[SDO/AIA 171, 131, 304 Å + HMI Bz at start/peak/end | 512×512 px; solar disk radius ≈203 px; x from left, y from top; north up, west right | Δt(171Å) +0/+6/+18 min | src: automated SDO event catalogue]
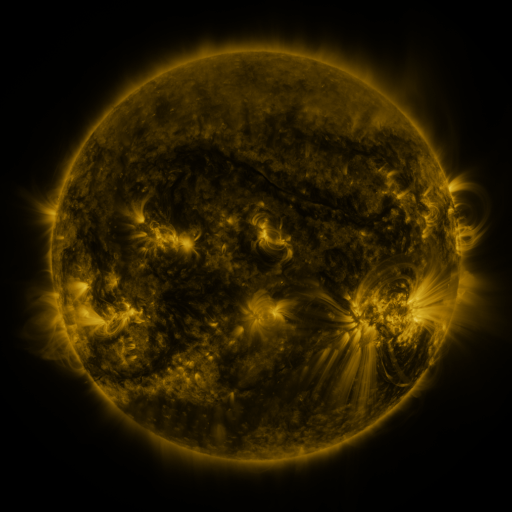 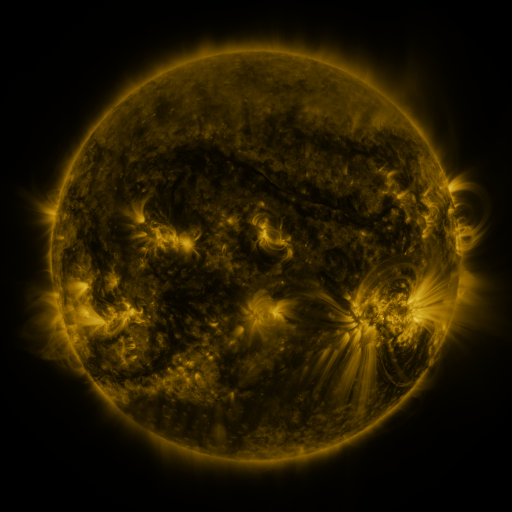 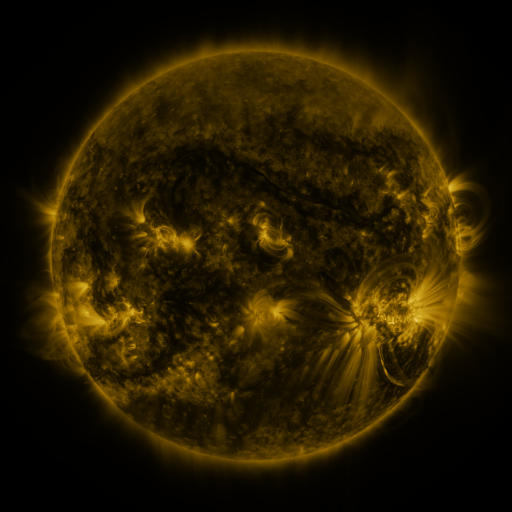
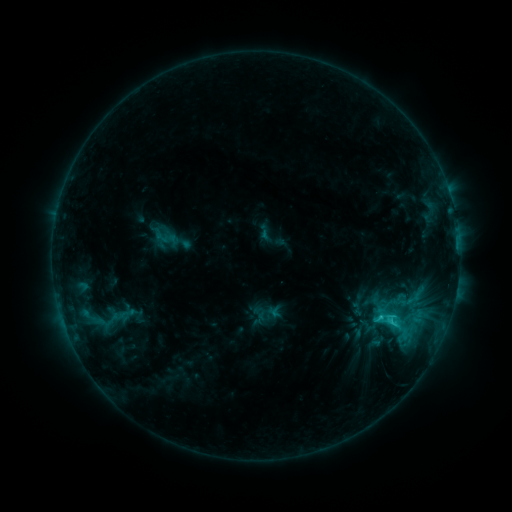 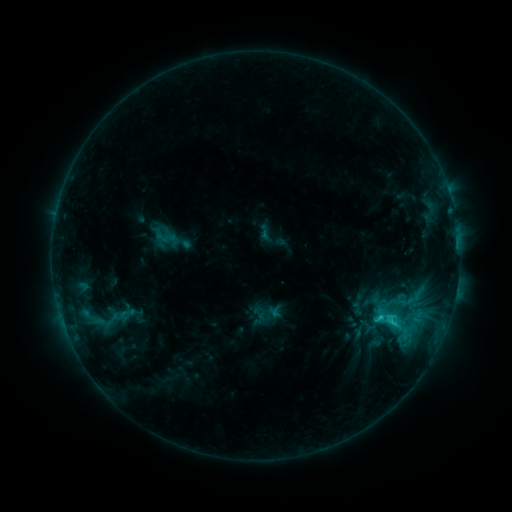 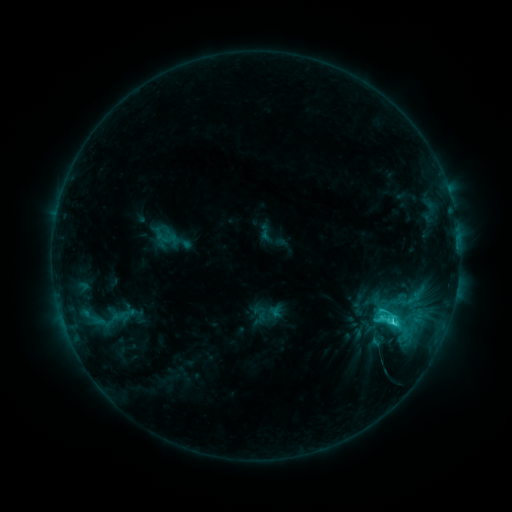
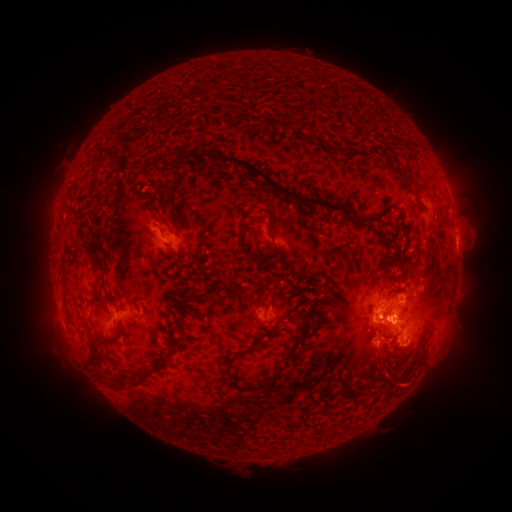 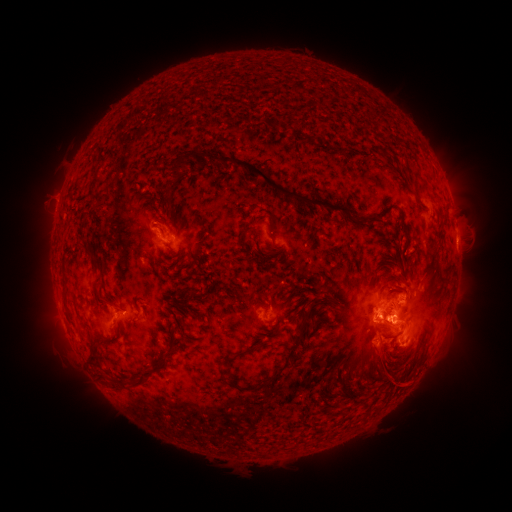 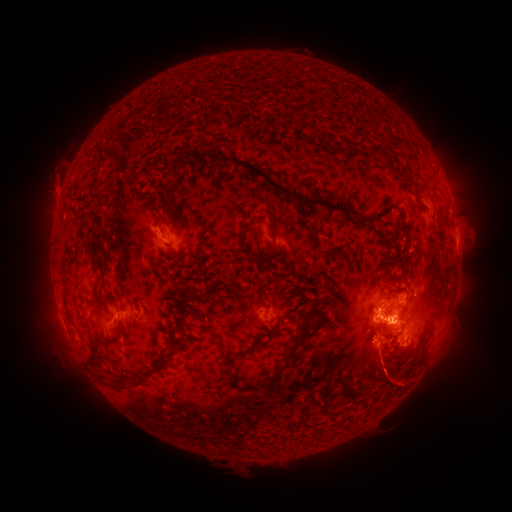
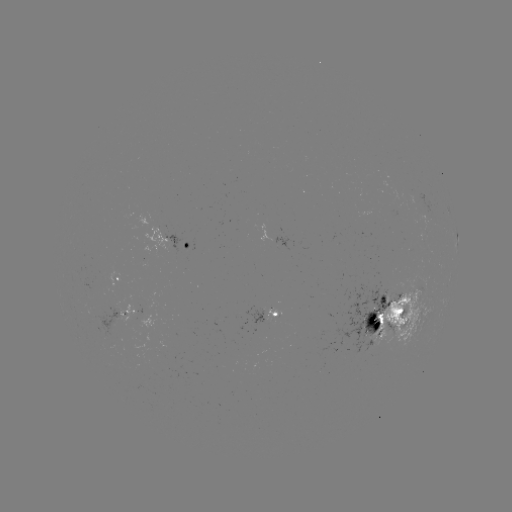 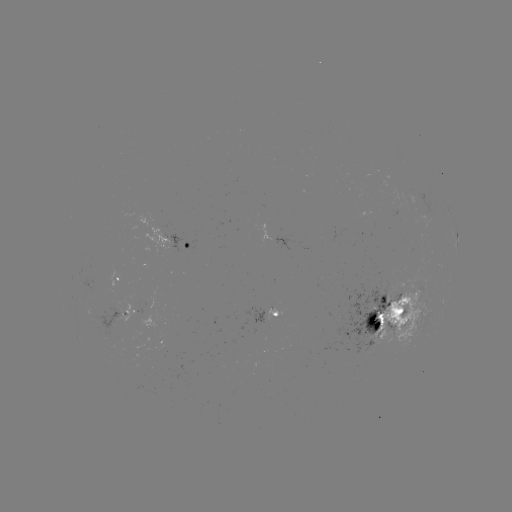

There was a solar eruption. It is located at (53, 189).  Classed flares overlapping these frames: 1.